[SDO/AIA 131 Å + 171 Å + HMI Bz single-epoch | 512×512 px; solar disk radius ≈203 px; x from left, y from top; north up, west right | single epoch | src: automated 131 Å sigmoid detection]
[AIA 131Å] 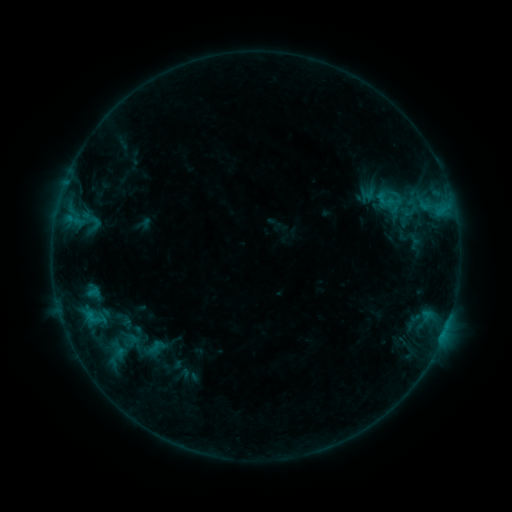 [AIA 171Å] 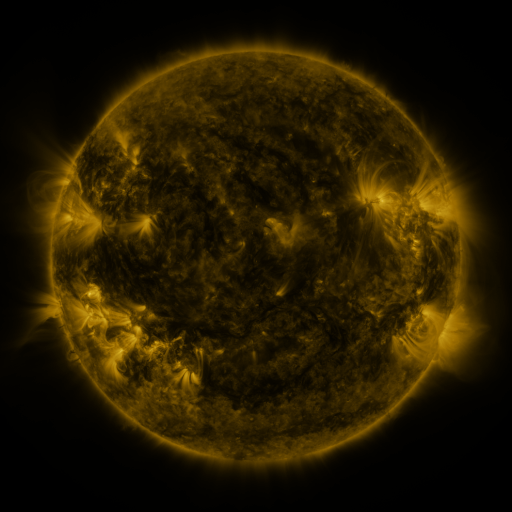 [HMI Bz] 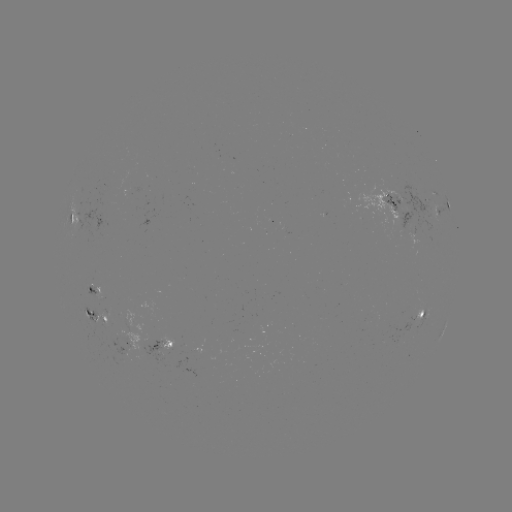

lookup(sigmoid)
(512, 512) (395, 200)